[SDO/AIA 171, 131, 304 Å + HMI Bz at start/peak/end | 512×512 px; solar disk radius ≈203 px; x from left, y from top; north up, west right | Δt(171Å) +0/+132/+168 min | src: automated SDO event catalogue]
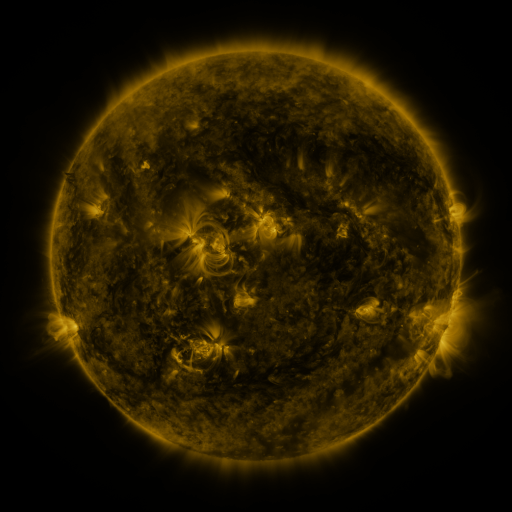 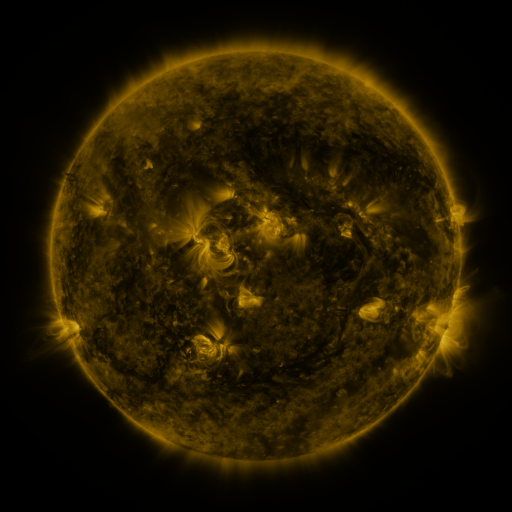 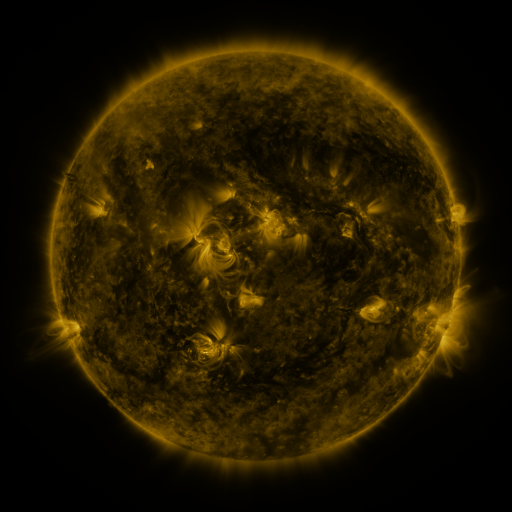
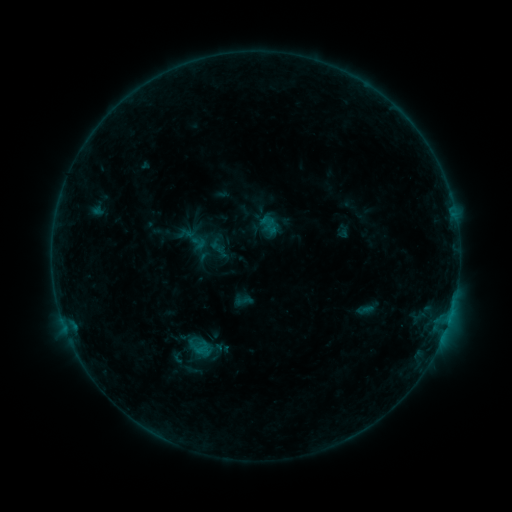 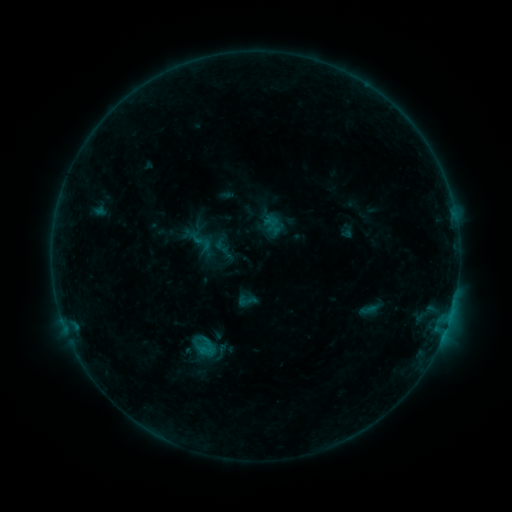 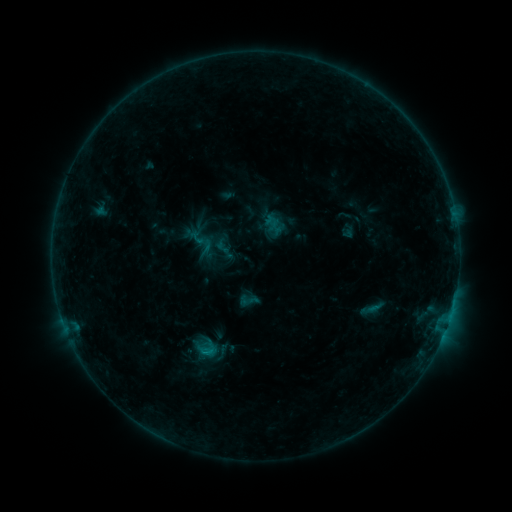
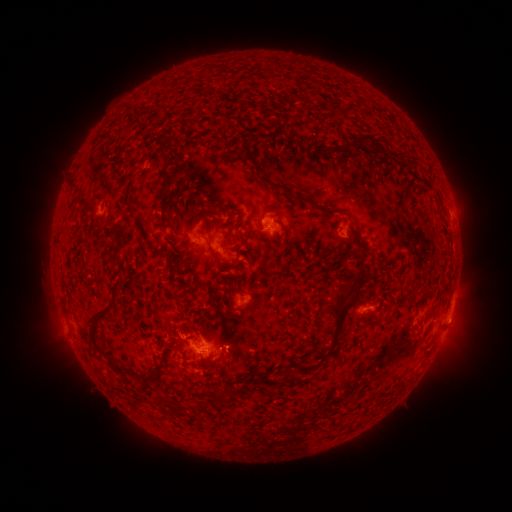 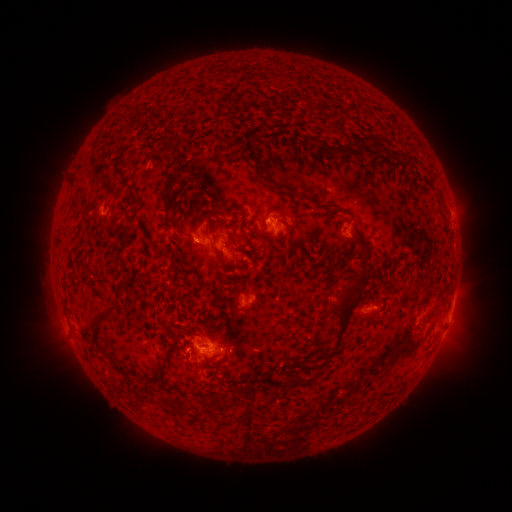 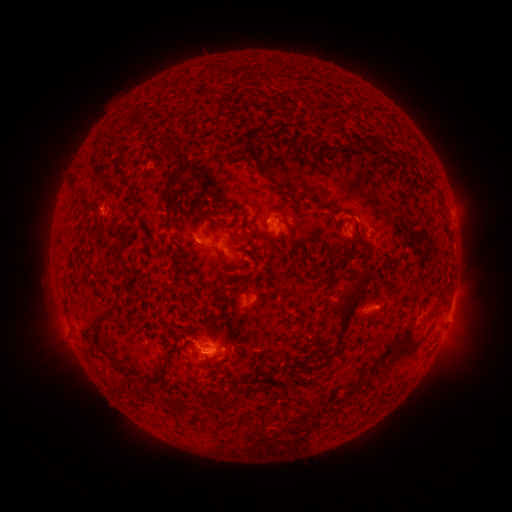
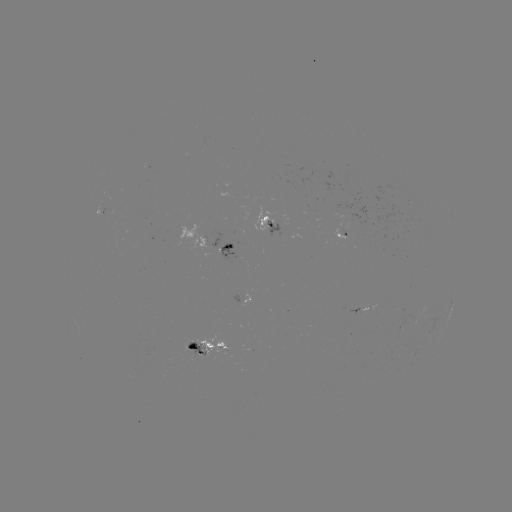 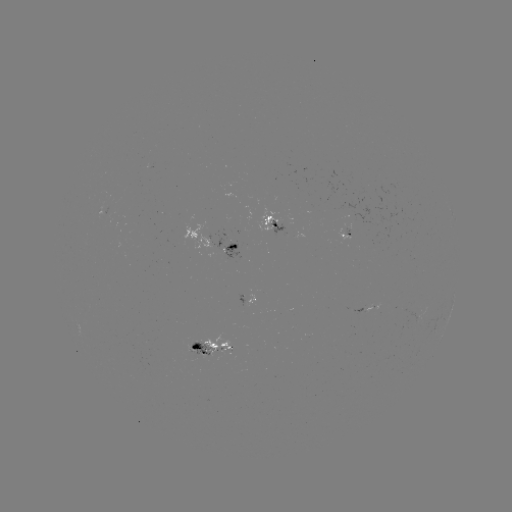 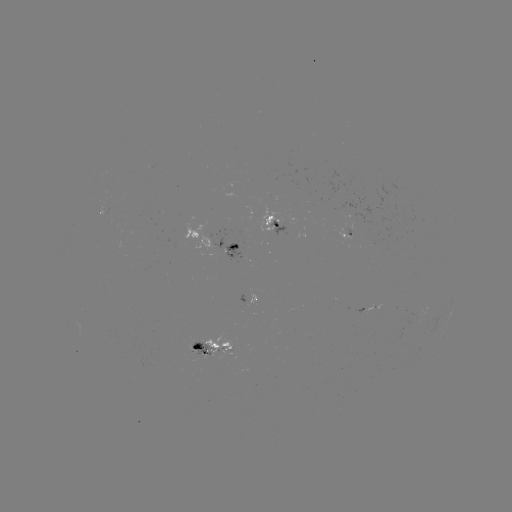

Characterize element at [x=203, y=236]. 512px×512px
emerging-flux region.